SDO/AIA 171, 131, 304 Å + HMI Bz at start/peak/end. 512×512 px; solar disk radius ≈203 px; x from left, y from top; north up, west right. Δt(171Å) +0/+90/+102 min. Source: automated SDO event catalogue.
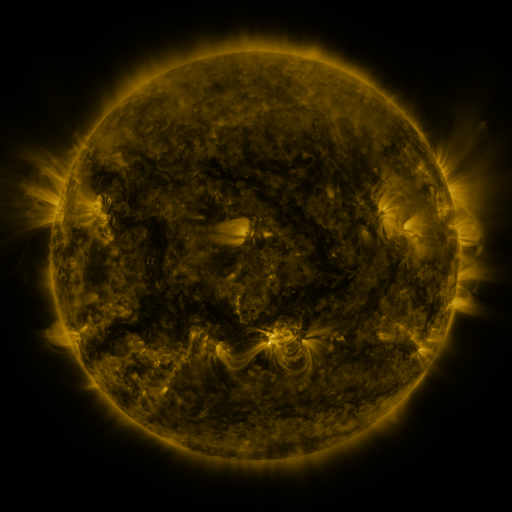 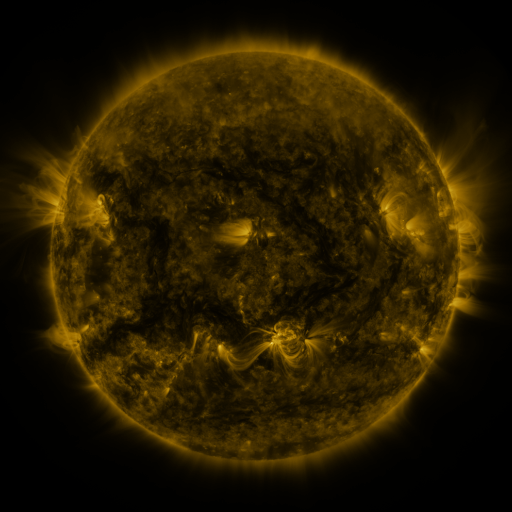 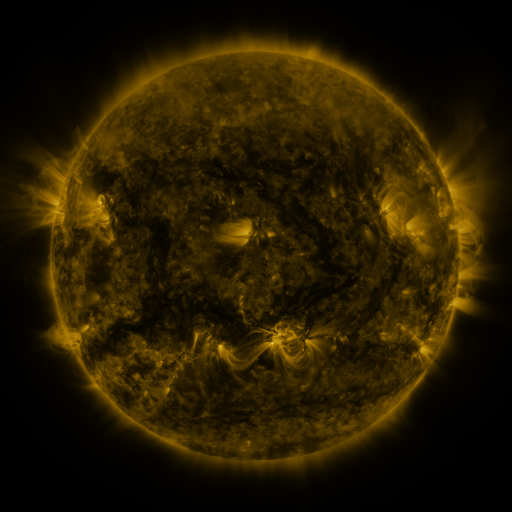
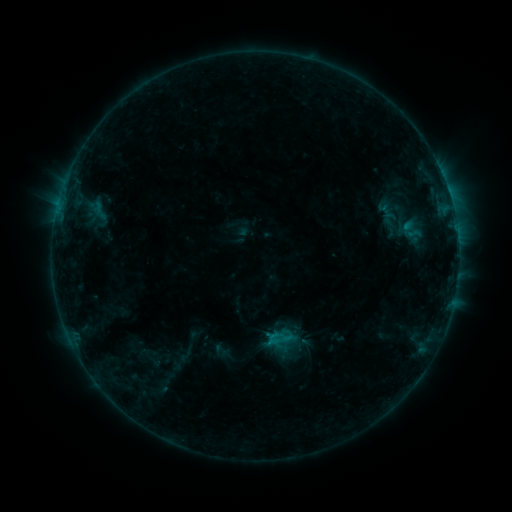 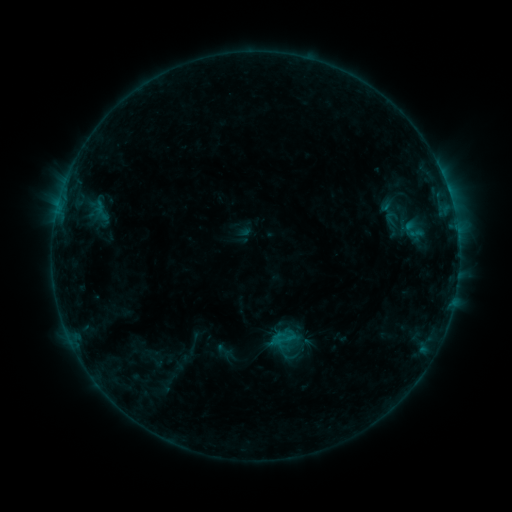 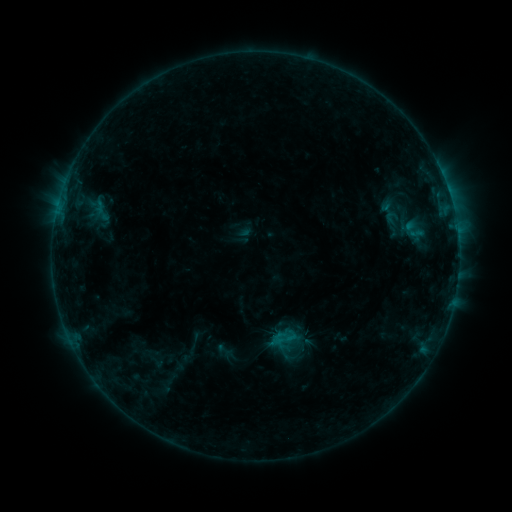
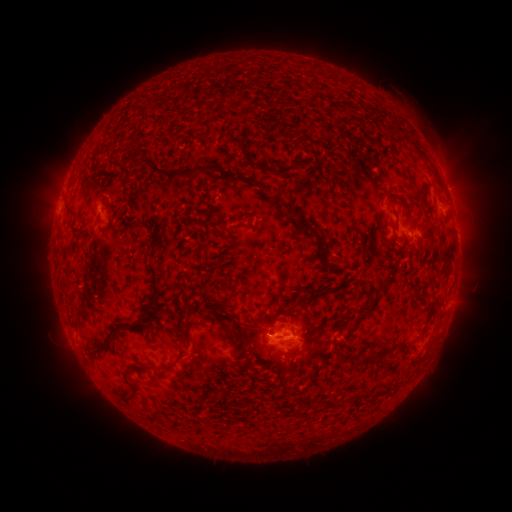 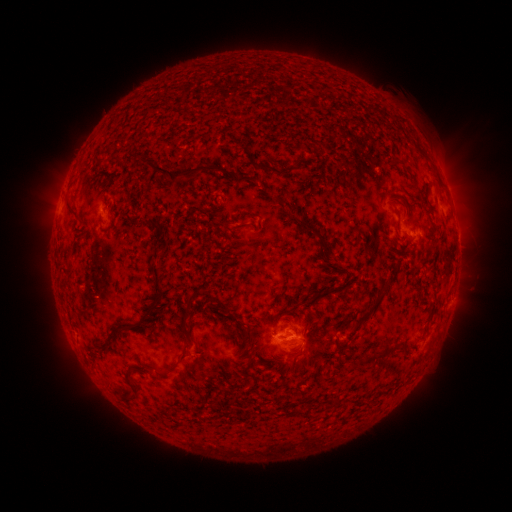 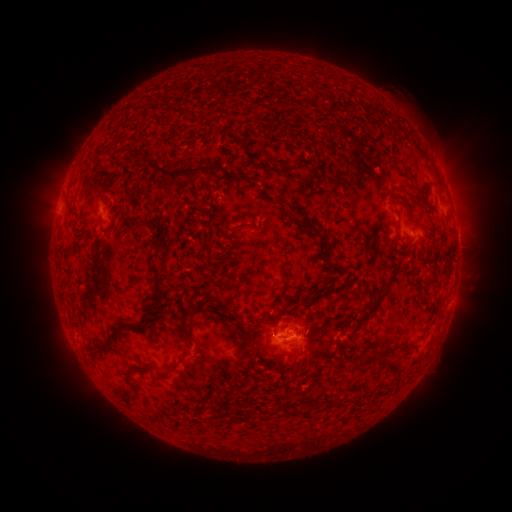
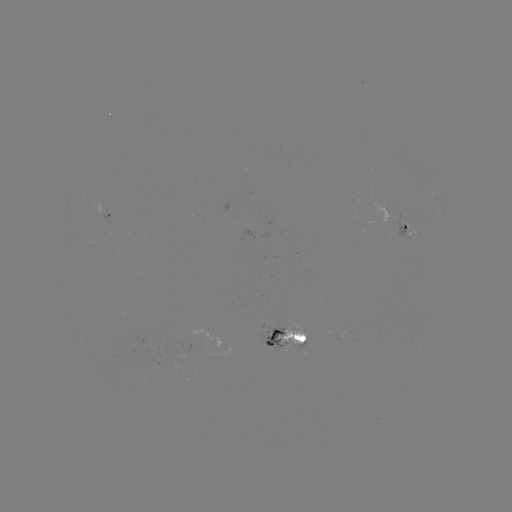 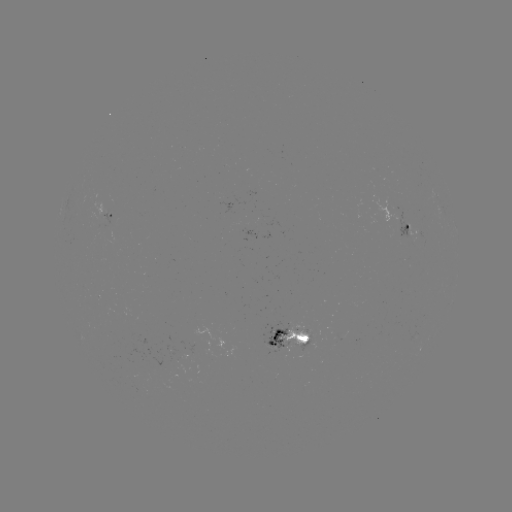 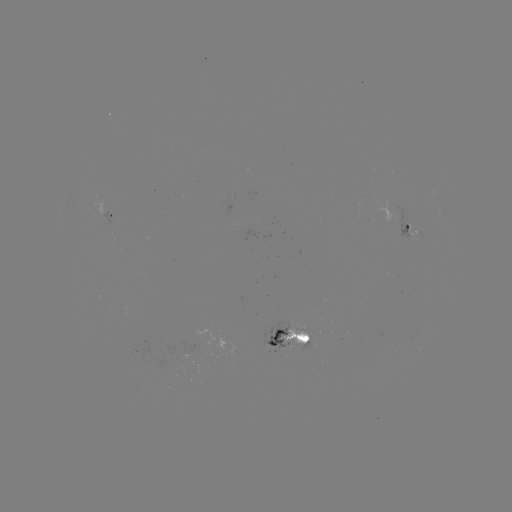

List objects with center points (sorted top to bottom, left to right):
emerging-flux region: (400, 229)
